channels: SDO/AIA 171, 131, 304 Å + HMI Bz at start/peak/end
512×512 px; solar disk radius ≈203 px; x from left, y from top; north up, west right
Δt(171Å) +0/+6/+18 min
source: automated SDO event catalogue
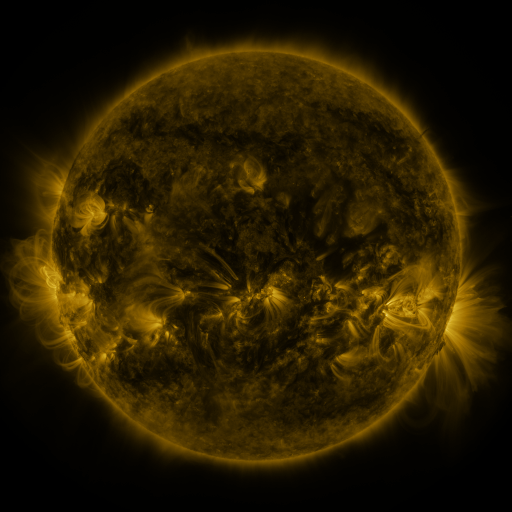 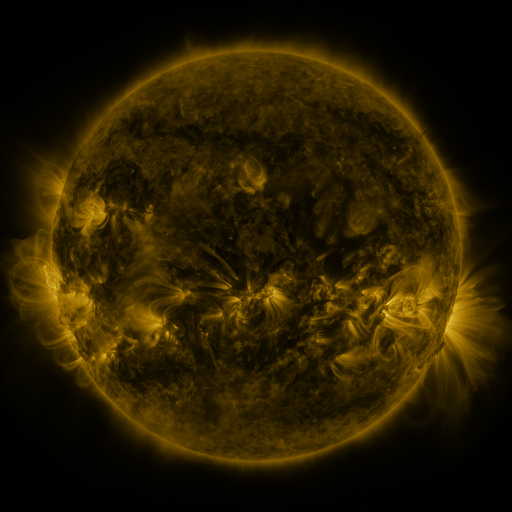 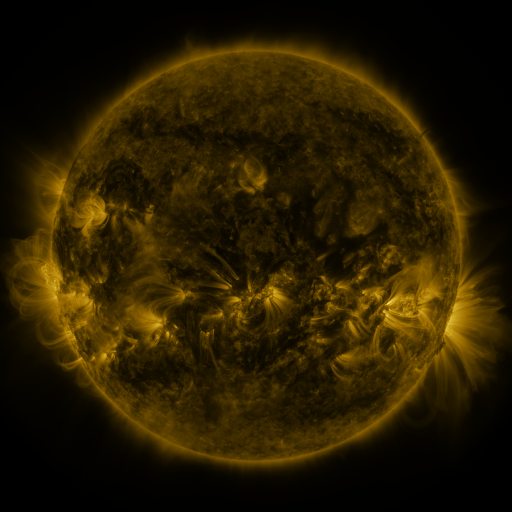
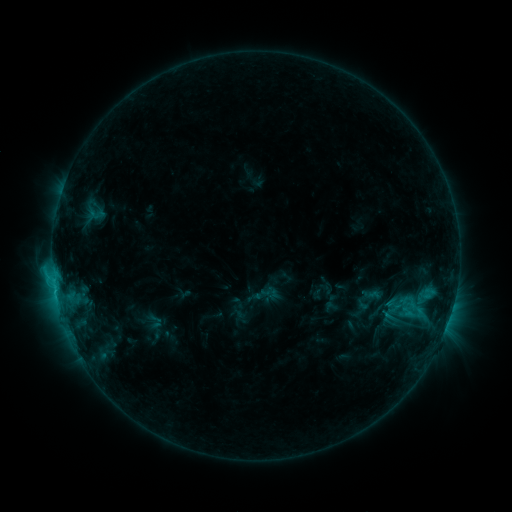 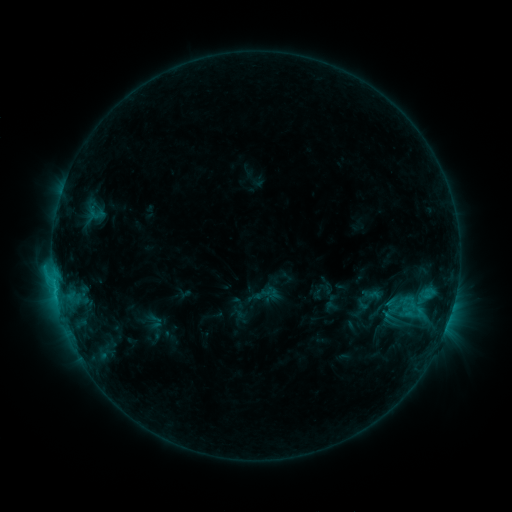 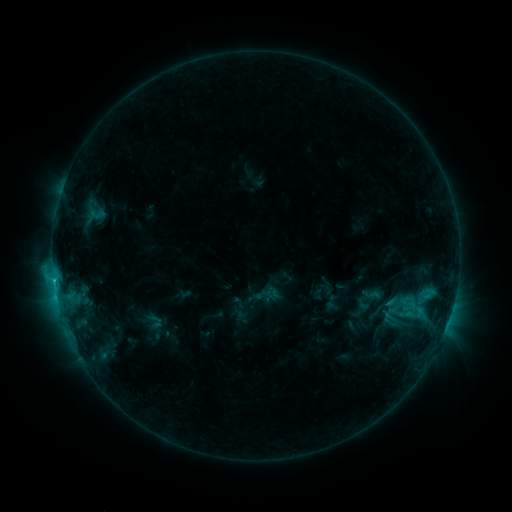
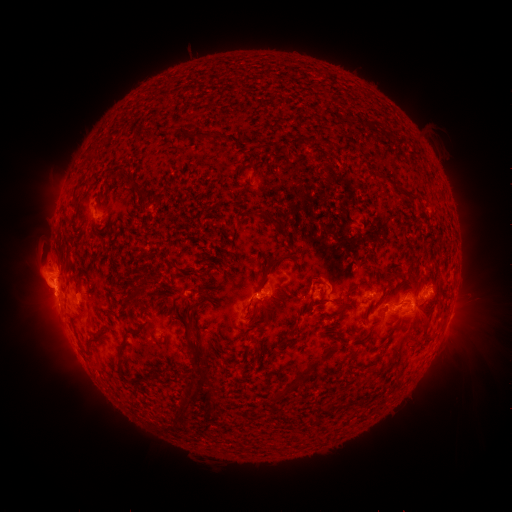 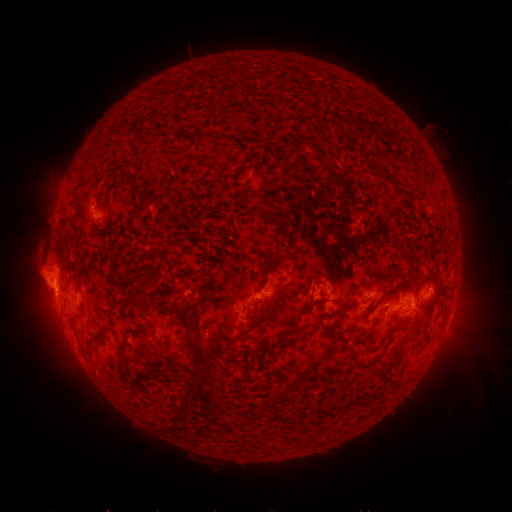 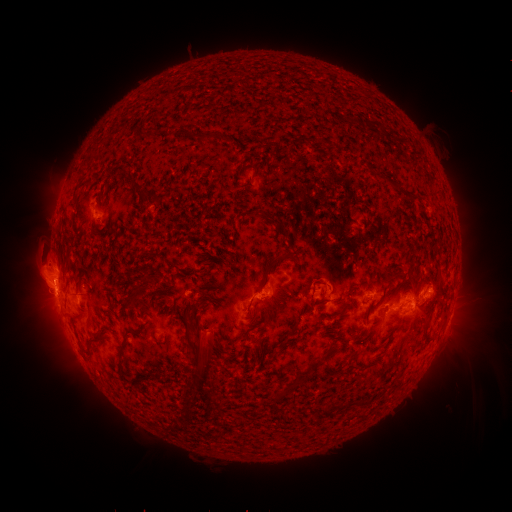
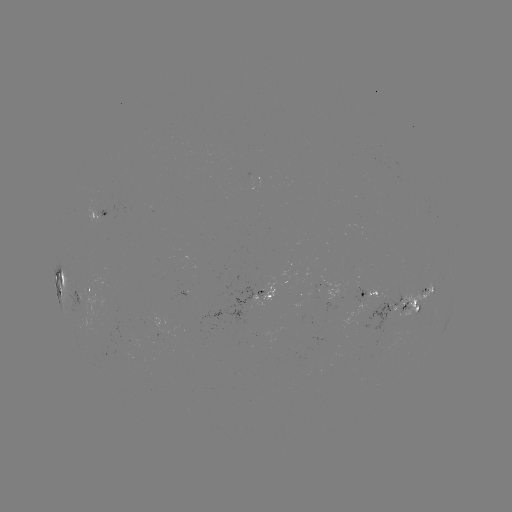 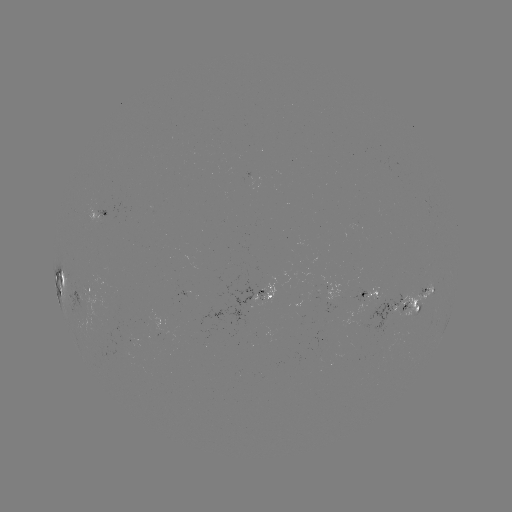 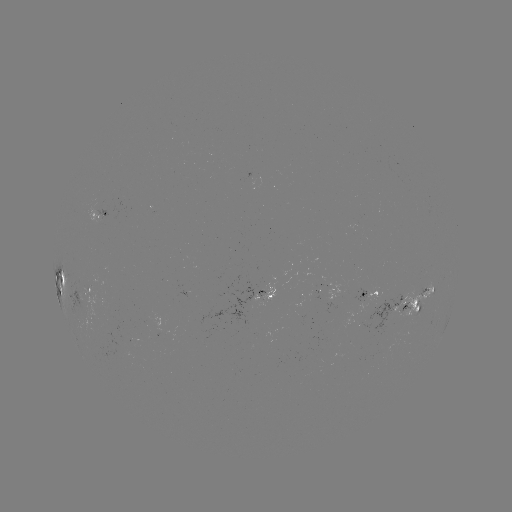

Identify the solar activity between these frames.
nothing was catalogued: no classed flare, no EUV trigger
